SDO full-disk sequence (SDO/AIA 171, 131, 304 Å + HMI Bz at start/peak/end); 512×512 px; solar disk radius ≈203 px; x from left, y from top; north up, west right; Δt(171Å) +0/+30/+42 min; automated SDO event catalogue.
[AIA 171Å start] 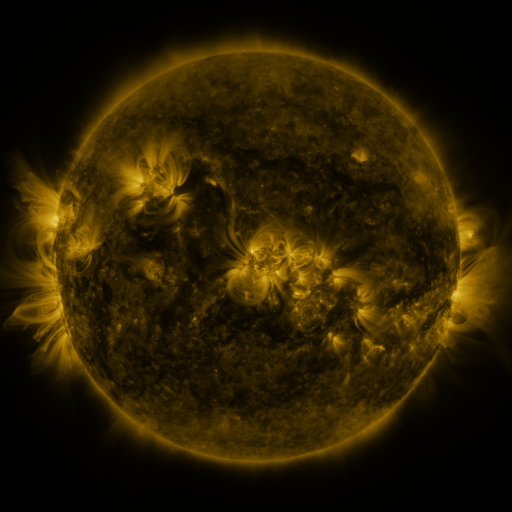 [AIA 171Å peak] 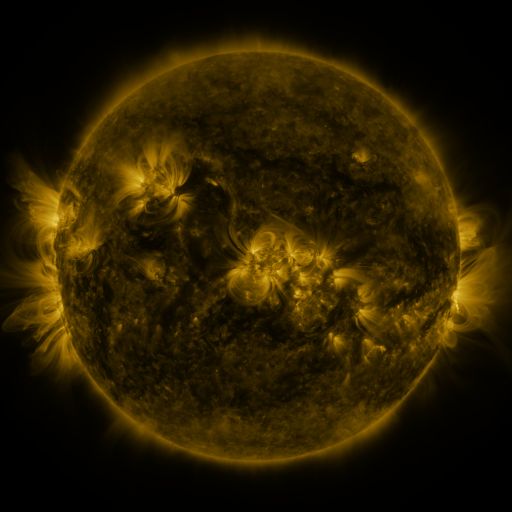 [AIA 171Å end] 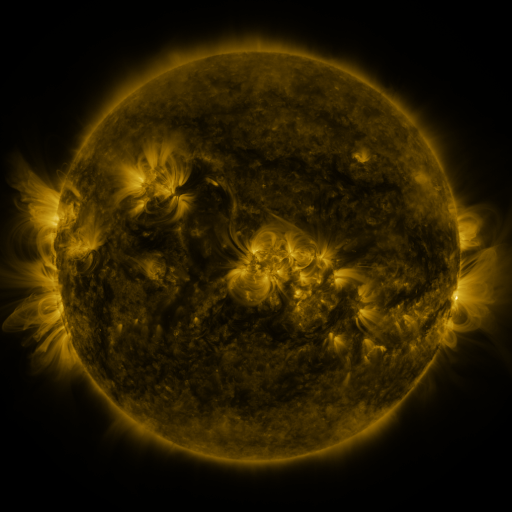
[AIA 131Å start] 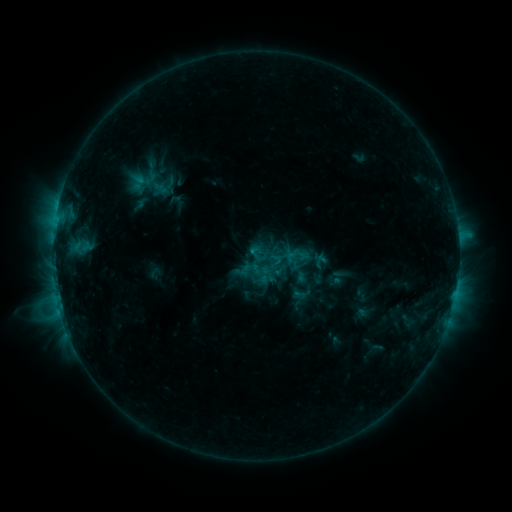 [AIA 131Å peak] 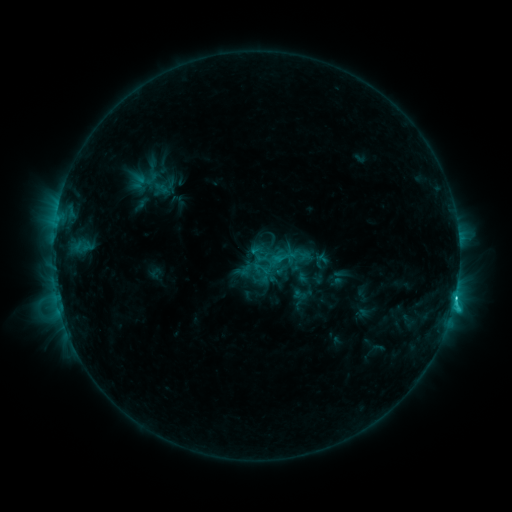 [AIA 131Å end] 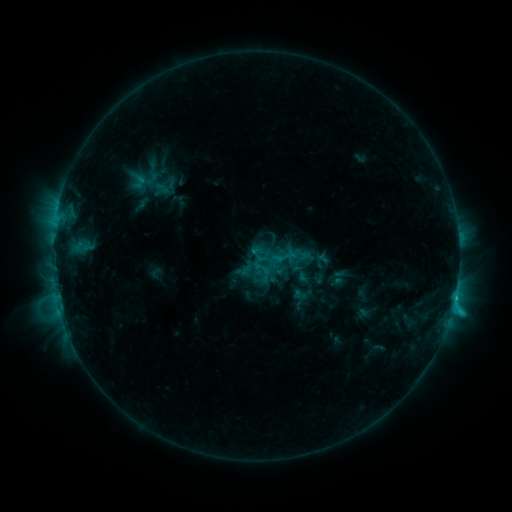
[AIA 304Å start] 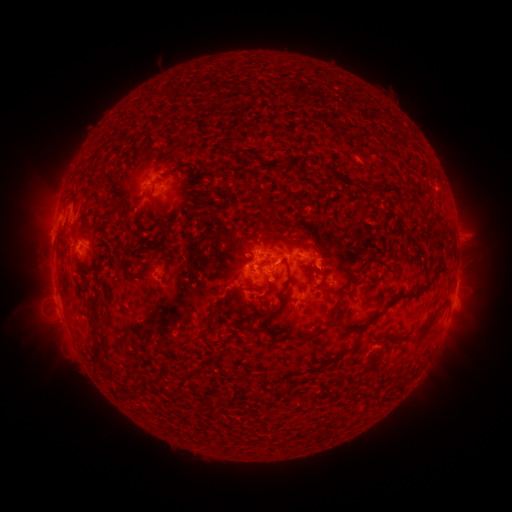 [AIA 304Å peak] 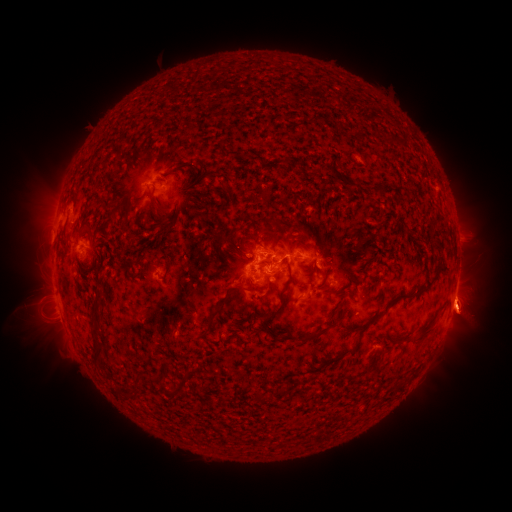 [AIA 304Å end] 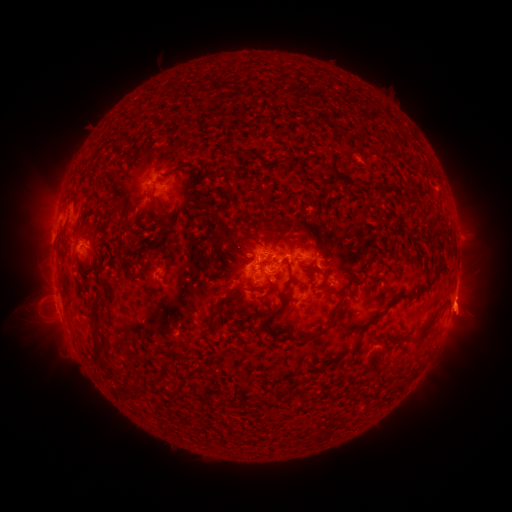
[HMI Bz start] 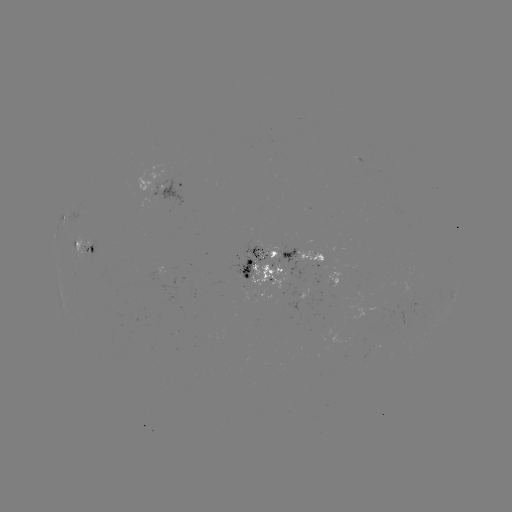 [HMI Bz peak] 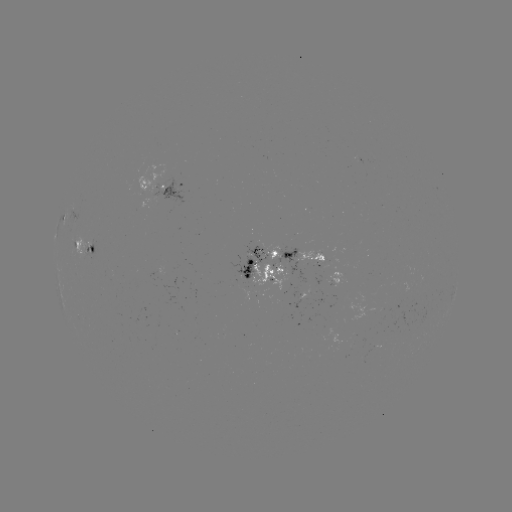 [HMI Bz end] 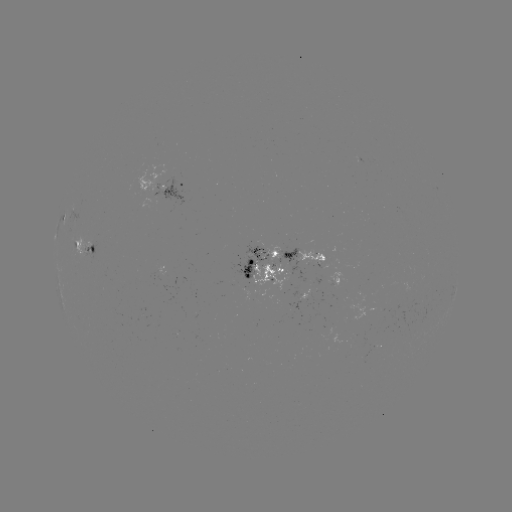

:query C3.3 flare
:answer (454, 297)